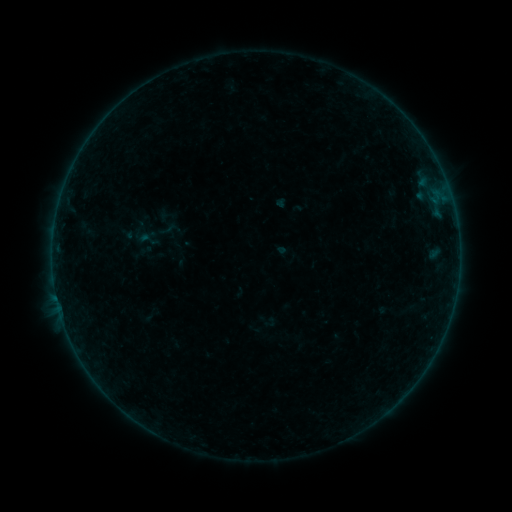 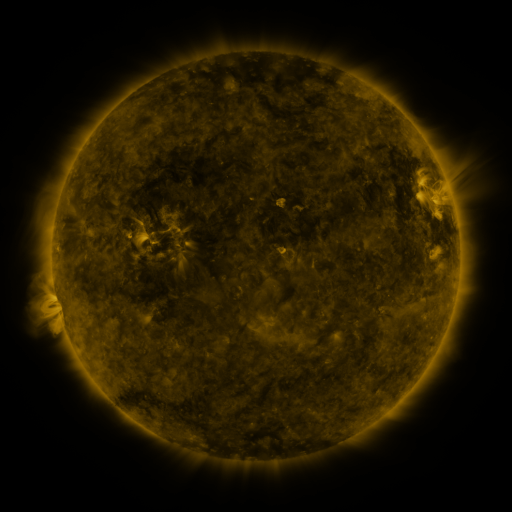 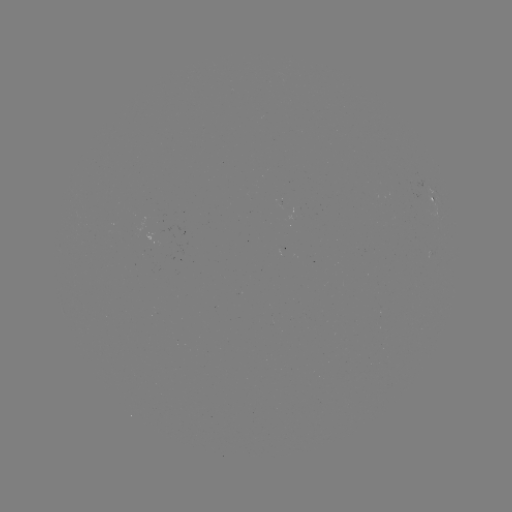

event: sigmoid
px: (148, 239)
